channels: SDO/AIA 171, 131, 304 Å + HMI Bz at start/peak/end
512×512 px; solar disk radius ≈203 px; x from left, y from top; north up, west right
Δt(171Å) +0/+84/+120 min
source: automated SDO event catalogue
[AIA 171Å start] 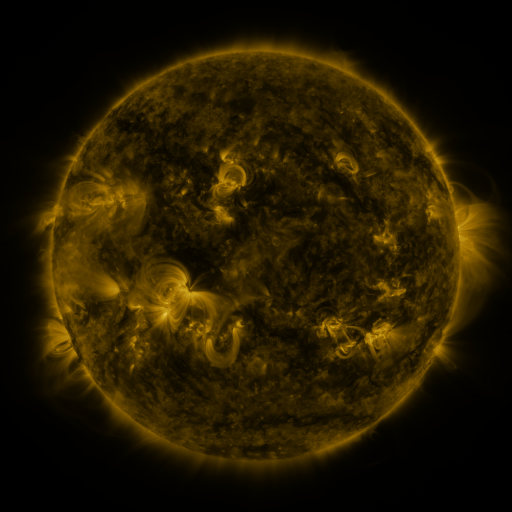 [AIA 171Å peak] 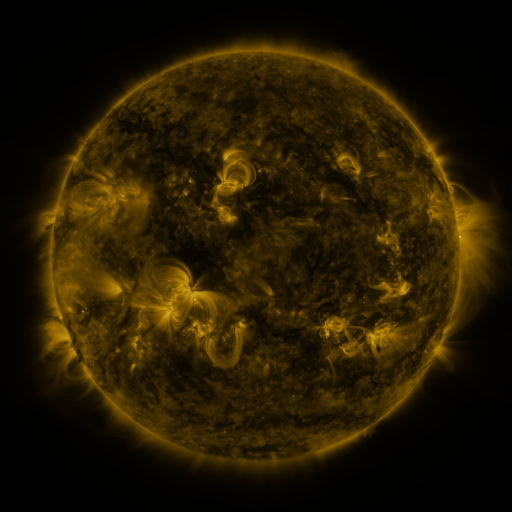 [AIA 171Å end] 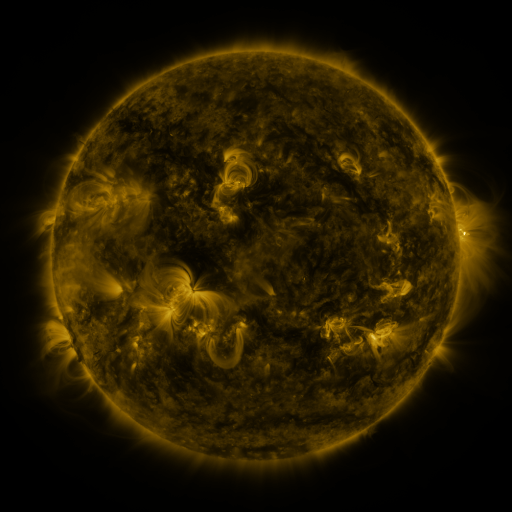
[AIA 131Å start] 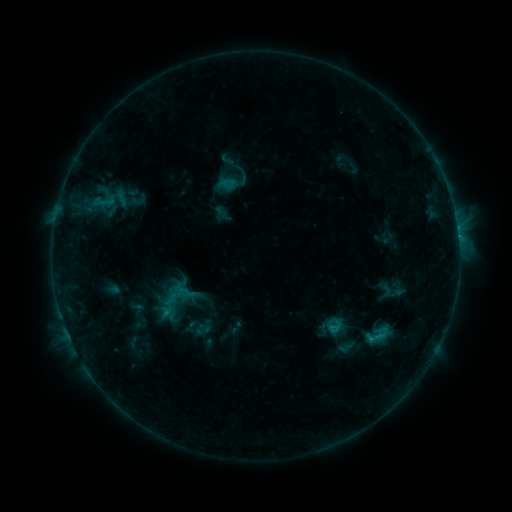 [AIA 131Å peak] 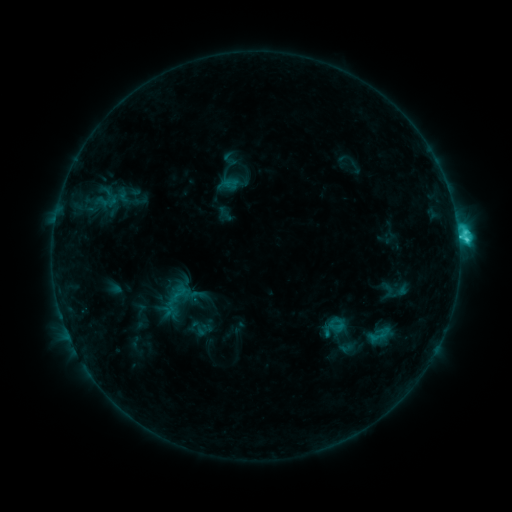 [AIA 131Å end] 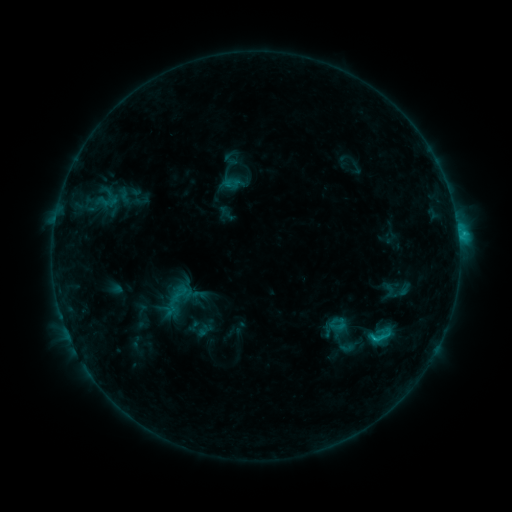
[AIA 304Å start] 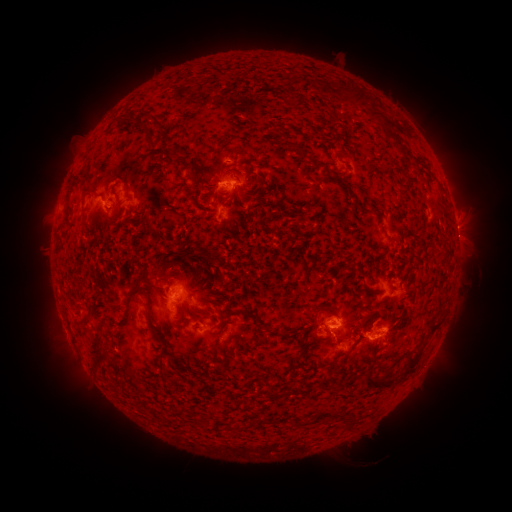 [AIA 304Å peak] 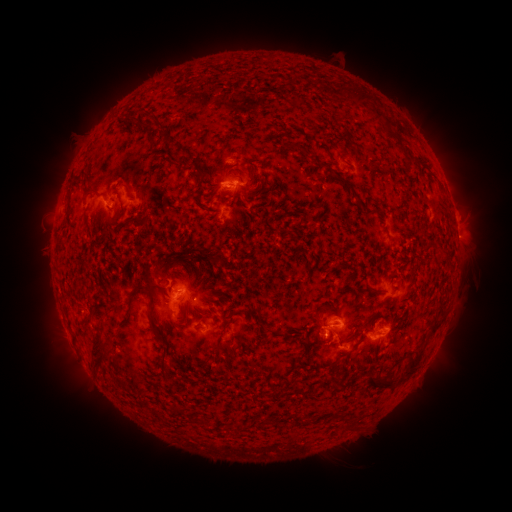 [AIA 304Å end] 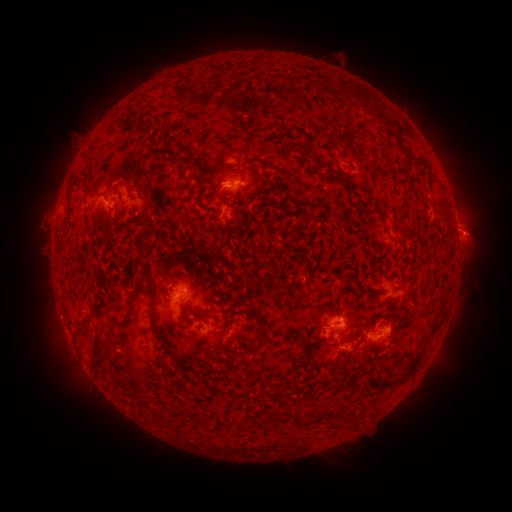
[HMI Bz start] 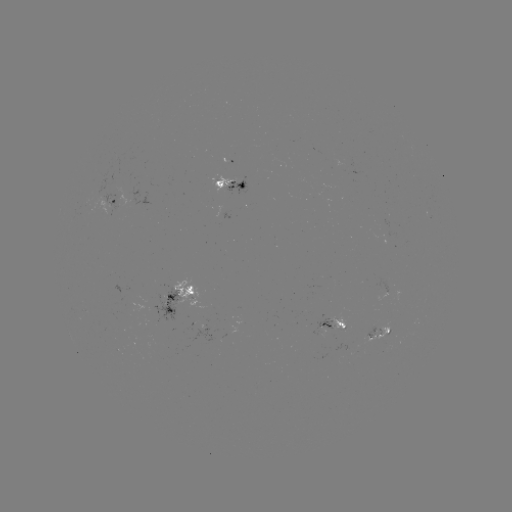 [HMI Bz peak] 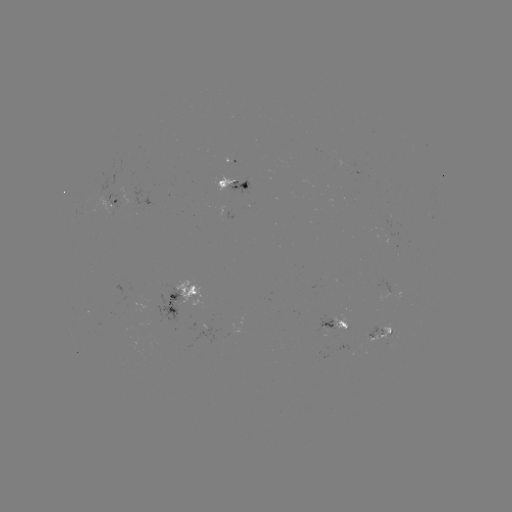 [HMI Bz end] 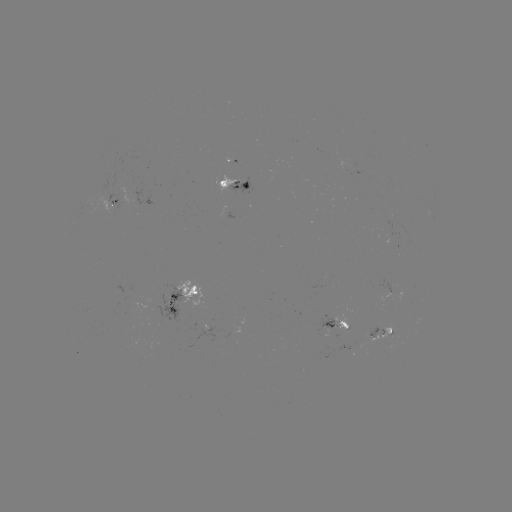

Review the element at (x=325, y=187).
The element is emerging-flux region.